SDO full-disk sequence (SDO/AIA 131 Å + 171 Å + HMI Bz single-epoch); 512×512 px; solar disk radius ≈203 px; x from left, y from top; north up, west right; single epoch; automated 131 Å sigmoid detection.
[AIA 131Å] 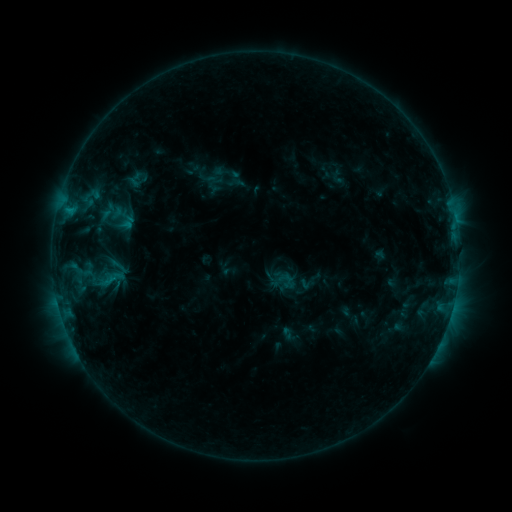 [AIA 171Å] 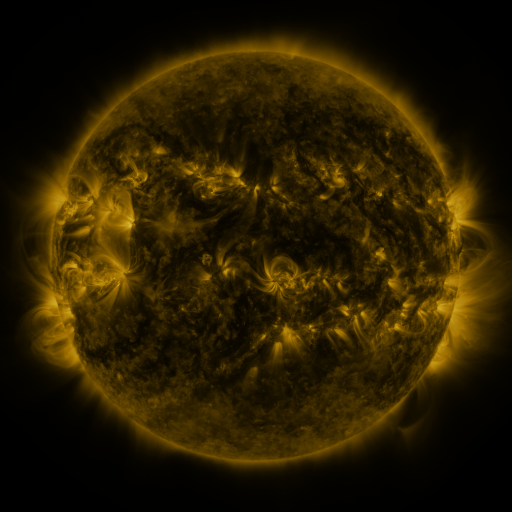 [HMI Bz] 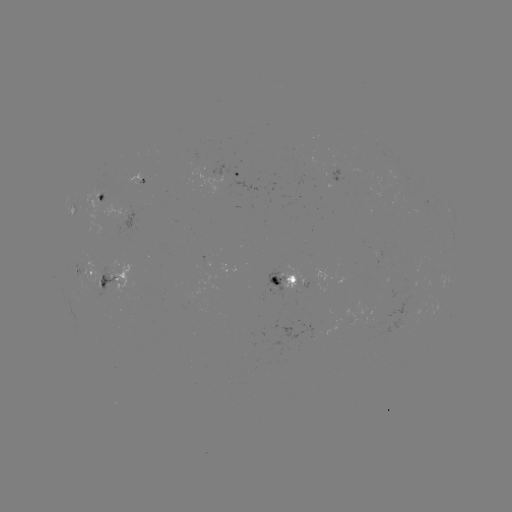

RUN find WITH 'sigmoid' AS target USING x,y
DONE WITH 110,279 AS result